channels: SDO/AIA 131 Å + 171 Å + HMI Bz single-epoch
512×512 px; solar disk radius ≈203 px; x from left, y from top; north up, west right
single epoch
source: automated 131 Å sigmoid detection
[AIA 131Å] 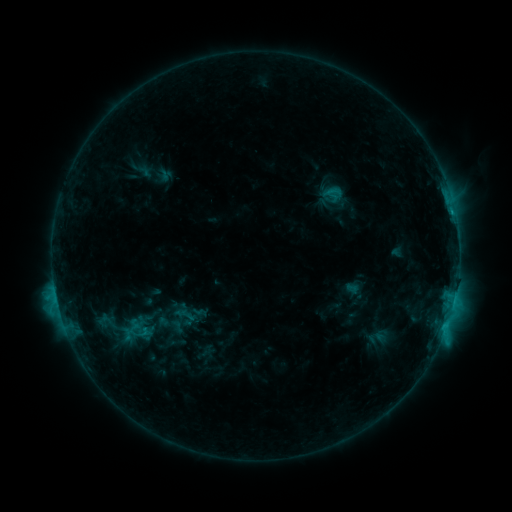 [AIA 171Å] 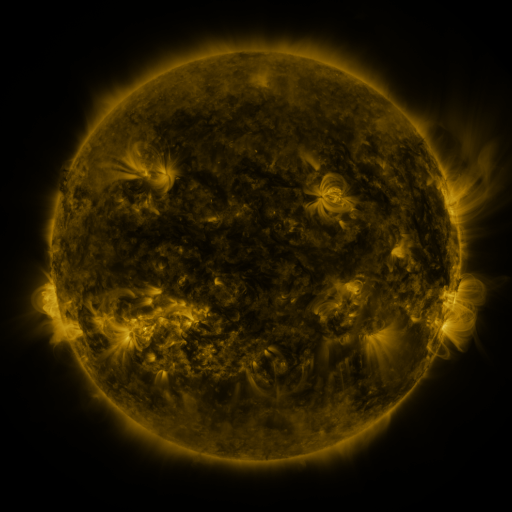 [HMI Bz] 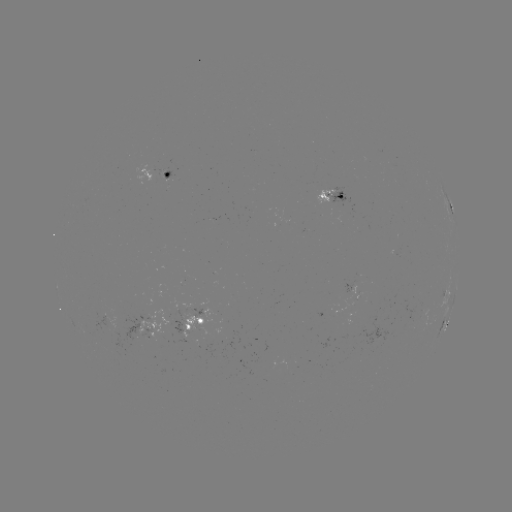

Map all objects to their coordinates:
sigmoid: (332, 193)
sigmoid: (181, 322)
